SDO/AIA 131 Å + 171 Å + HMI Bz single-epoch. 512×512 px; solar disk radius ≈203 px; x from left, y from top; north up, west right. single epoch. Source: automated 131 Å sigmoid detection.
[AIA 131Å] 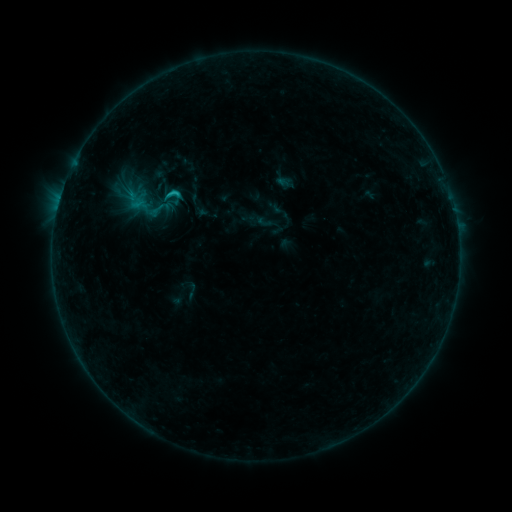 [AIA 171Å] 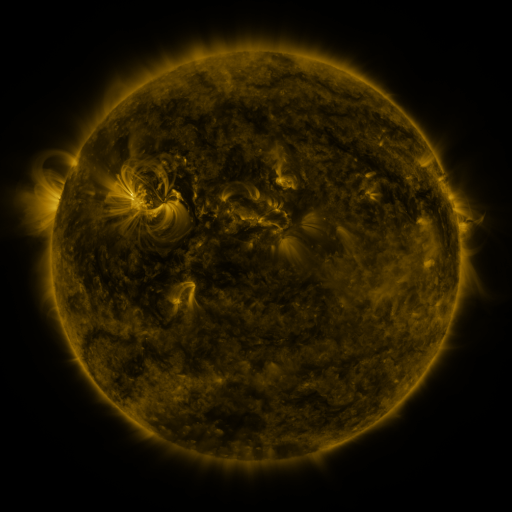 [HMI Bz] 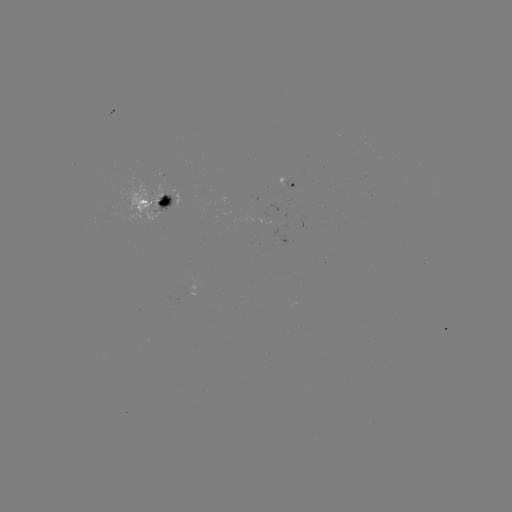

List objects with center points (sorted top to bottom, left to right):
sigmoid: <bbox>163, 185, 182, 204</bbox>
